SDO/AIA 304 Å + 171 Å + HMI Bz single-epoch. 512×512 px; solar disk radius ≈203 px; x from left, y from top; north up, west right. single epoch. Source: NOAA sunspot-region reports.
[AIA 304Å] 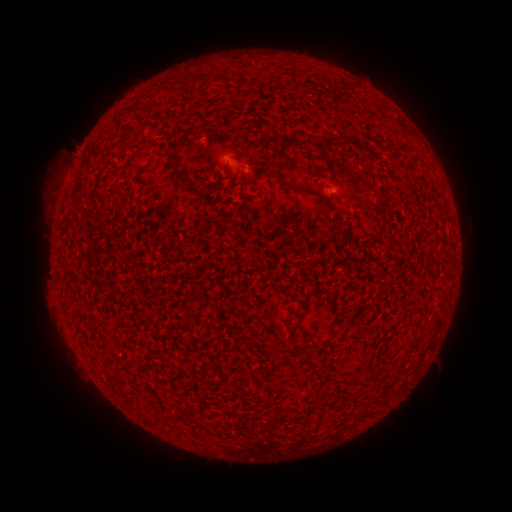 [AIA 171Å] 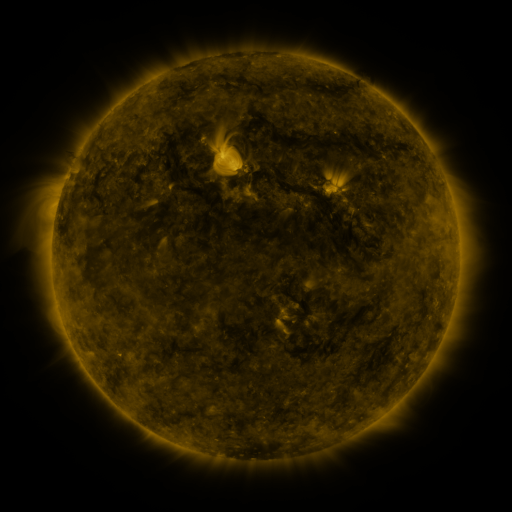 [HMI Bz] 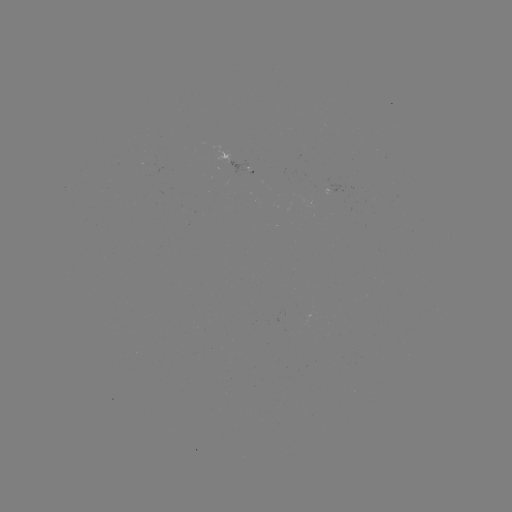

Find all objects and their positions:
spotted active region: (224, 161)
spotted active region: (328, 194)
